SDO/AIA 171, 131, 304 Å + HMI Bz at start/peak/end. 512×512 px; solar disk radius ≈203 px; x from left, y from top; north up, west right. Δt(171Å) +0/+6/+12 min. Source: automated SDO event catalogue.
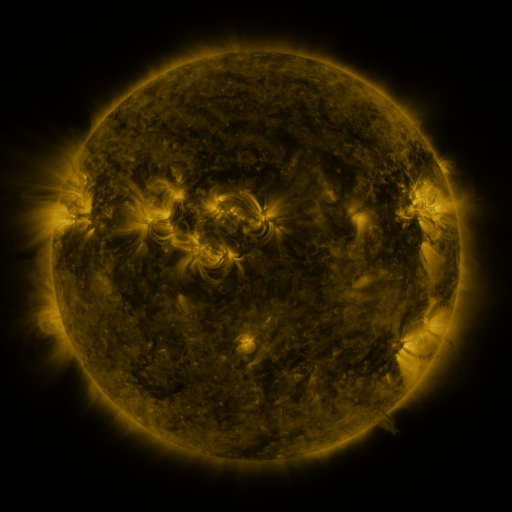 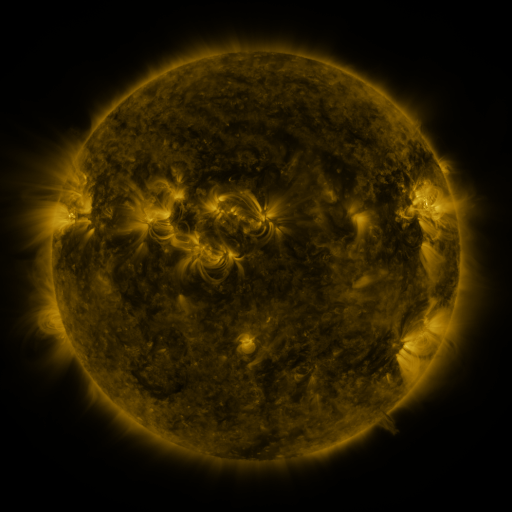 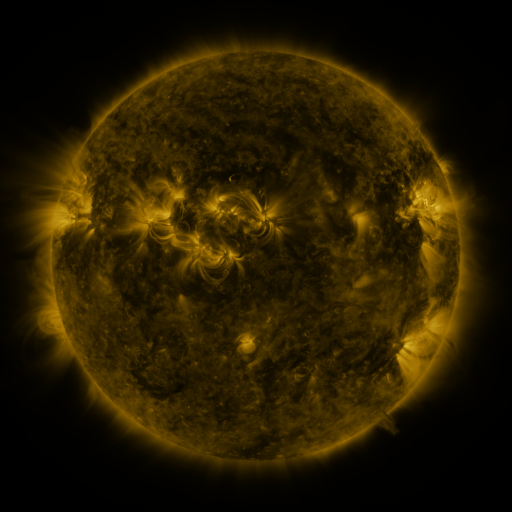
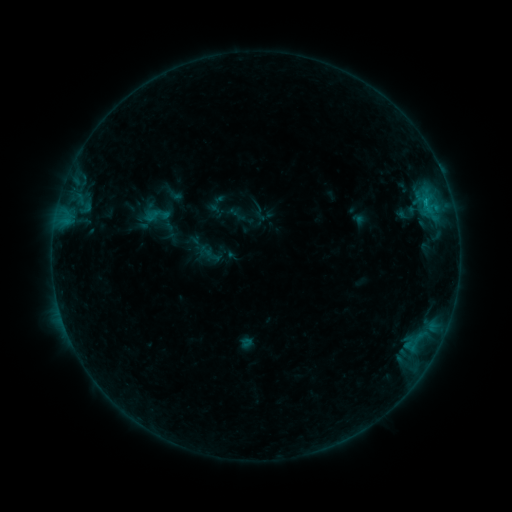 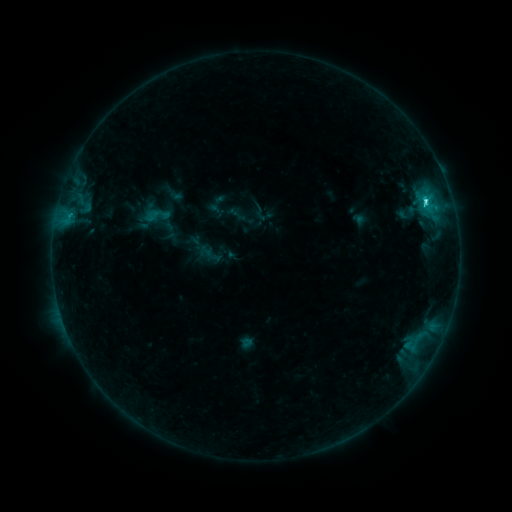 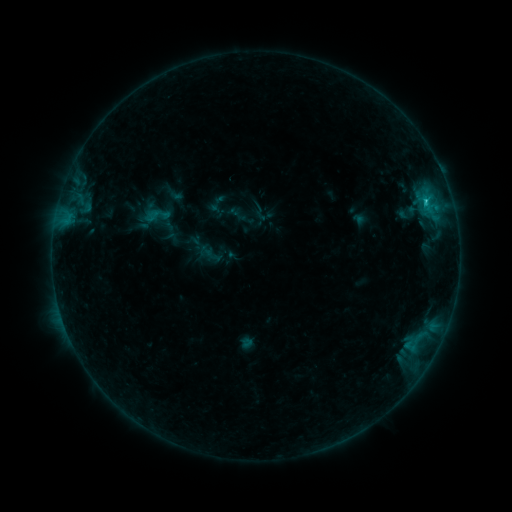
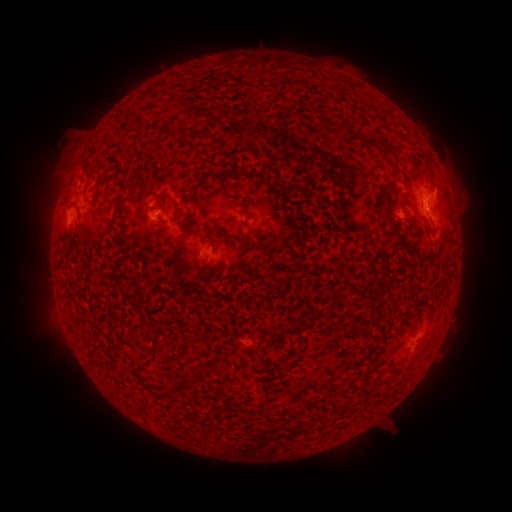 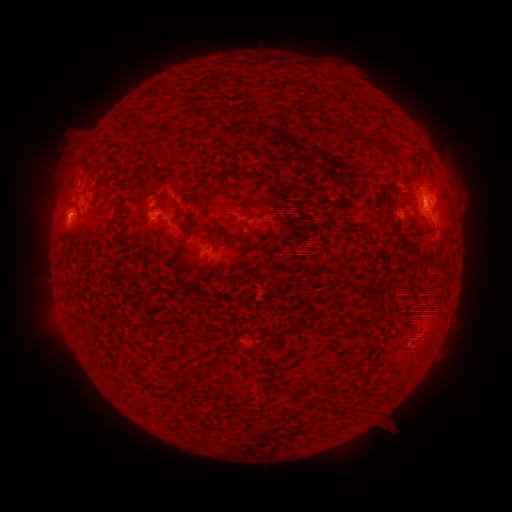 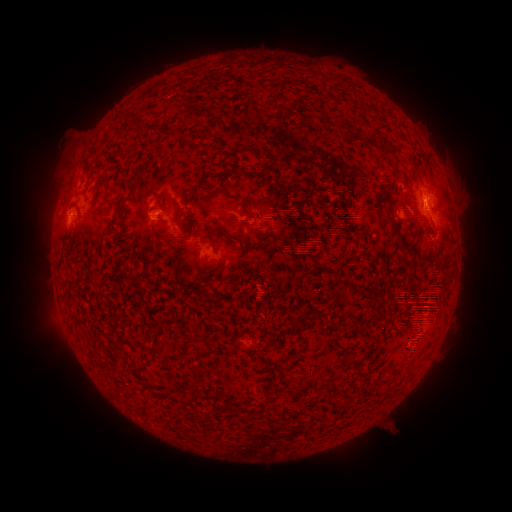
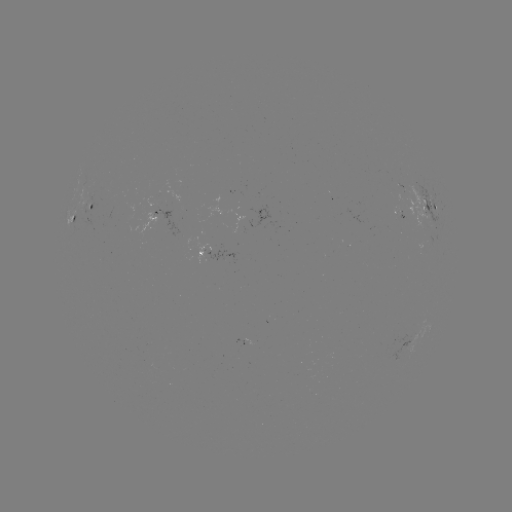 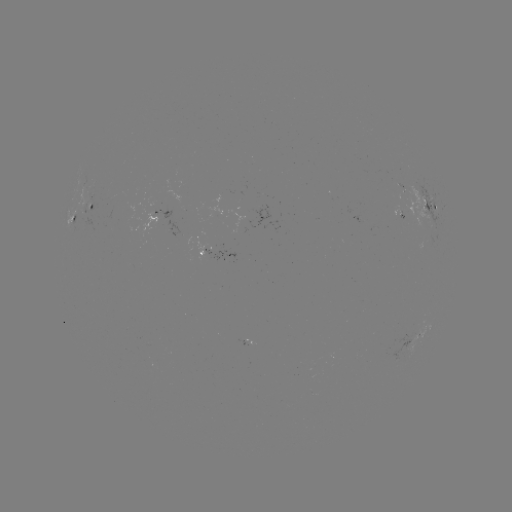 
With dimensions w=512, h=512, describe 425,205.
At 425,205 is C2.3 flare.